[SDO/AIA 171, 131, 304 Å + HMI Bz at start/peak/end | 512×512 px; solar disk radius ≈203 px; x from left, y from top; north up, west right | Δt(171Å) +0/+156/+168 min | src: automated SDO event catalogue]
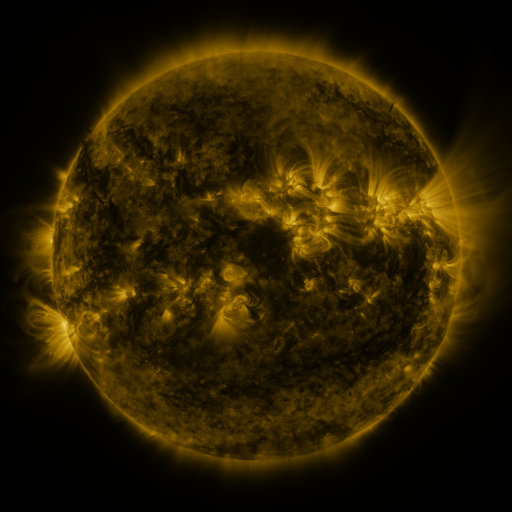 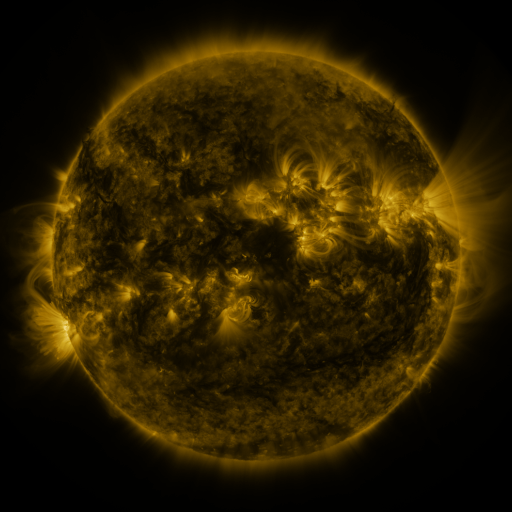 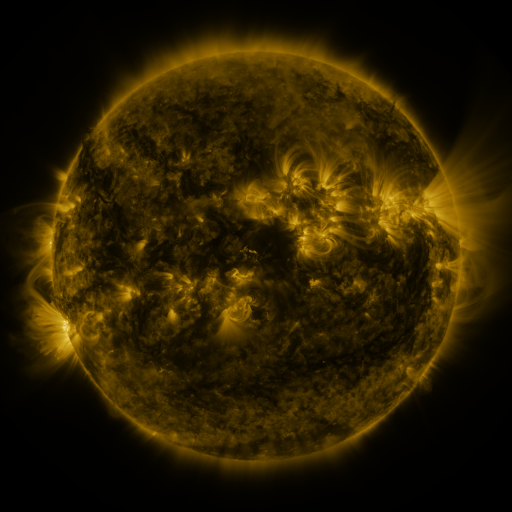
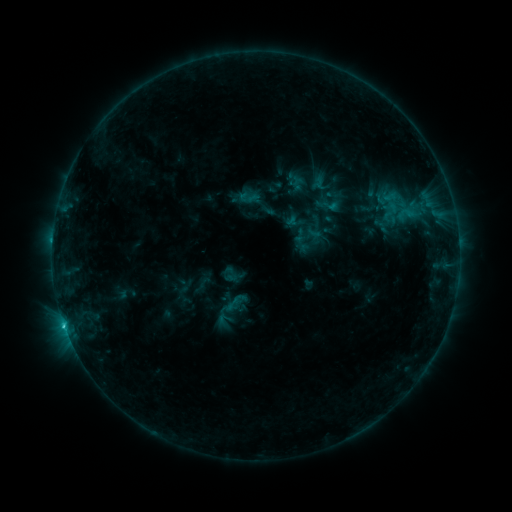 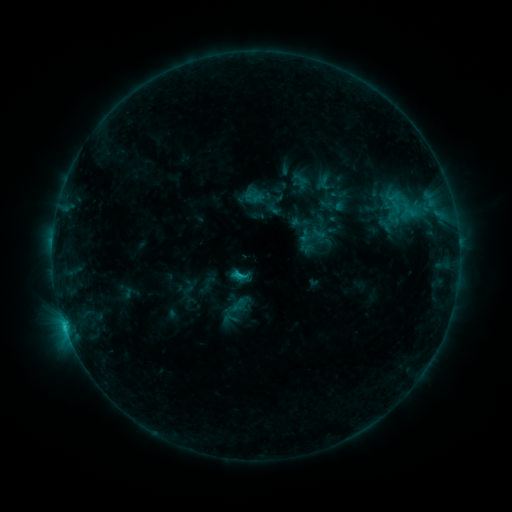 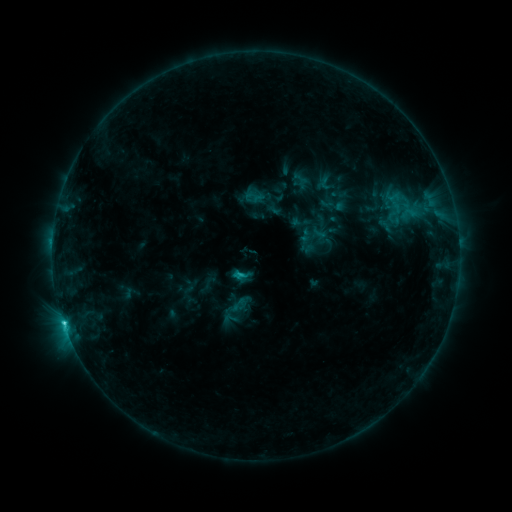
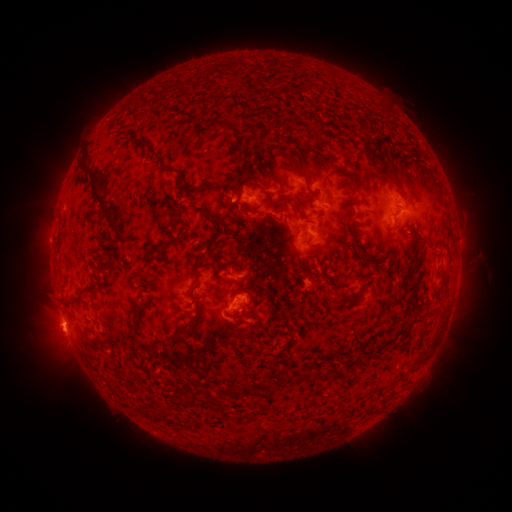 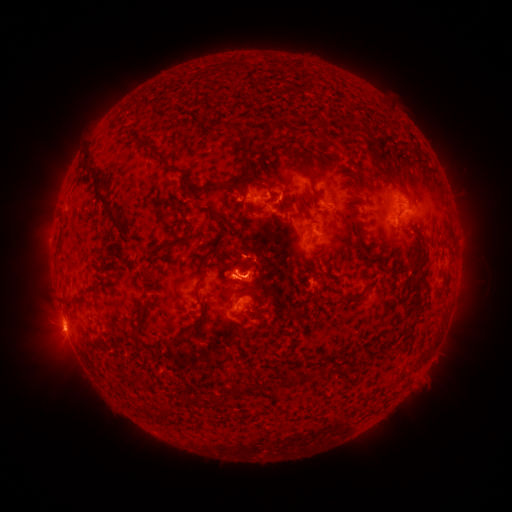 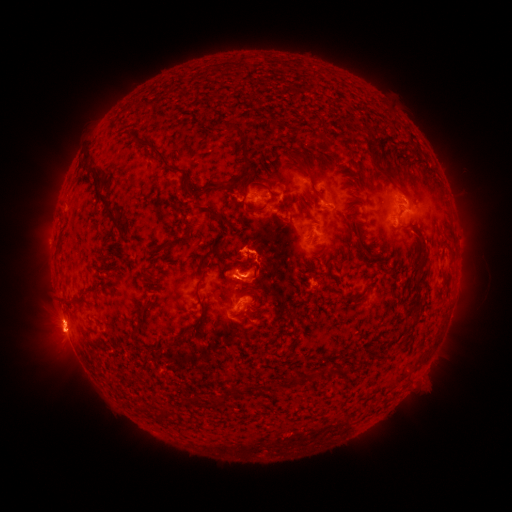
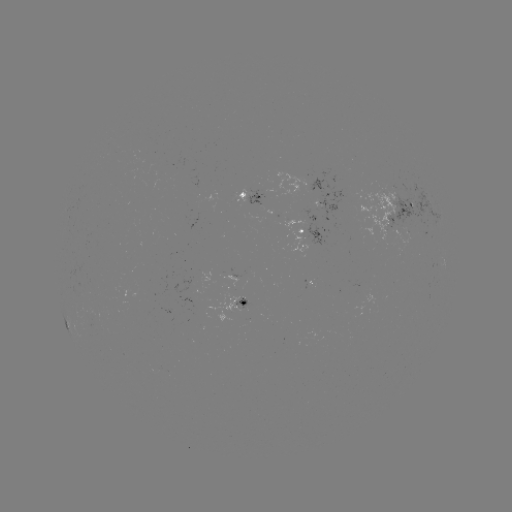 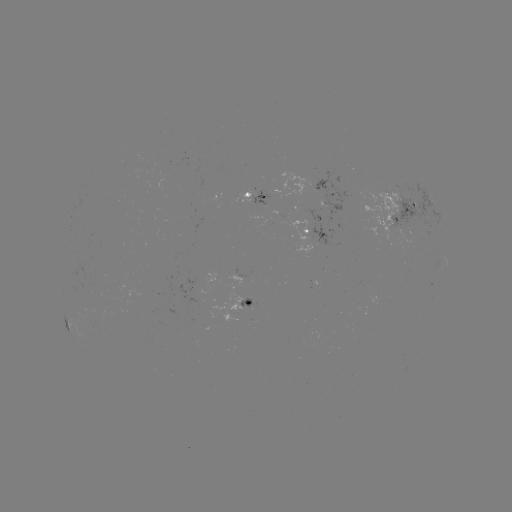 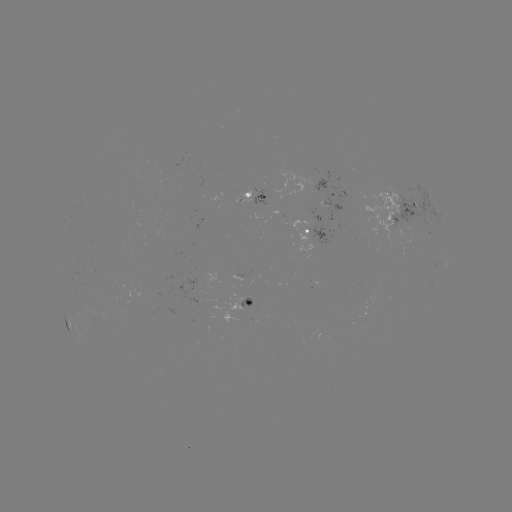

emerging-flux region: [358, 191, 405, 240]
